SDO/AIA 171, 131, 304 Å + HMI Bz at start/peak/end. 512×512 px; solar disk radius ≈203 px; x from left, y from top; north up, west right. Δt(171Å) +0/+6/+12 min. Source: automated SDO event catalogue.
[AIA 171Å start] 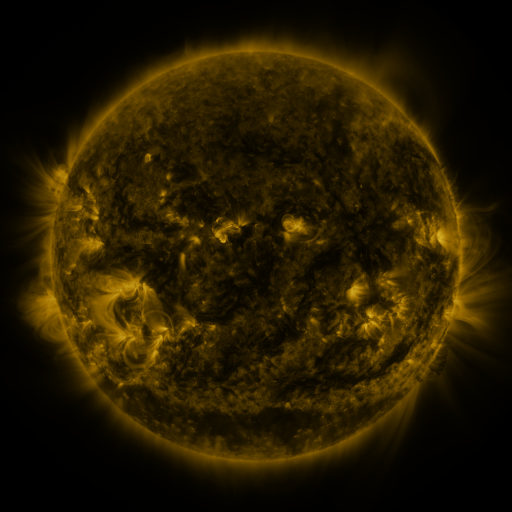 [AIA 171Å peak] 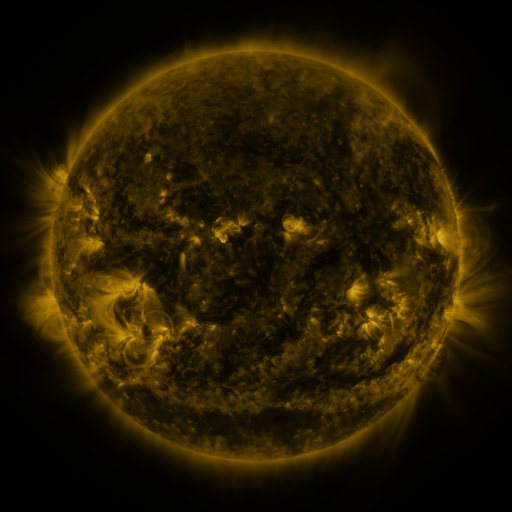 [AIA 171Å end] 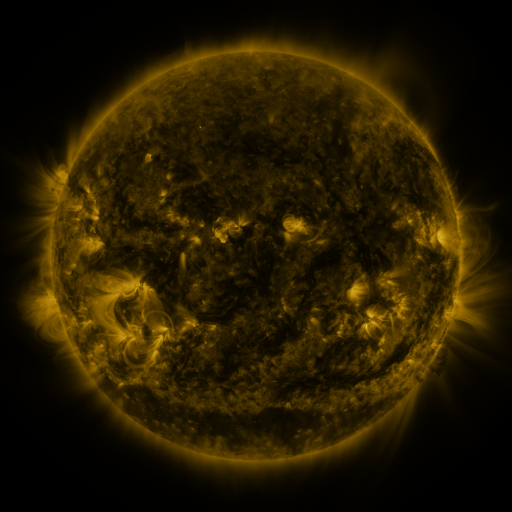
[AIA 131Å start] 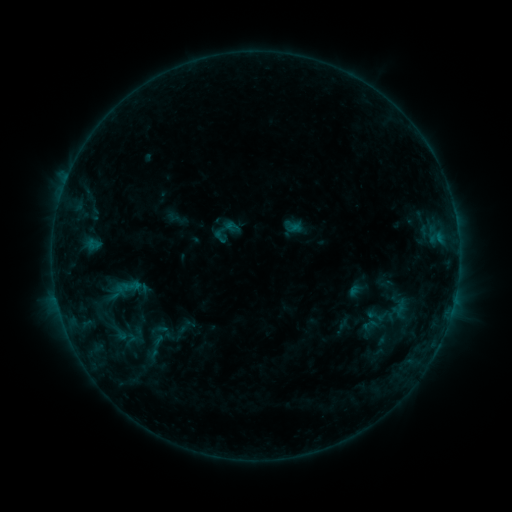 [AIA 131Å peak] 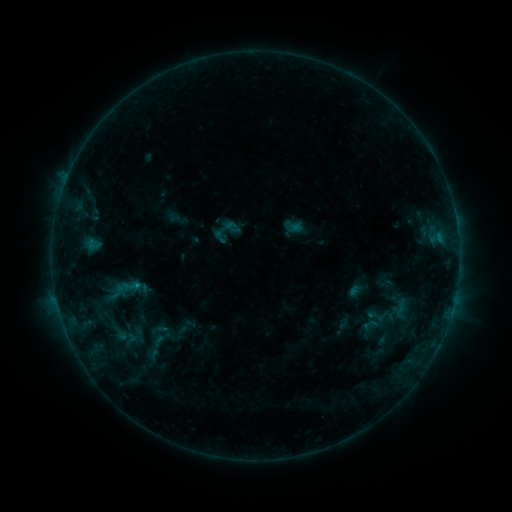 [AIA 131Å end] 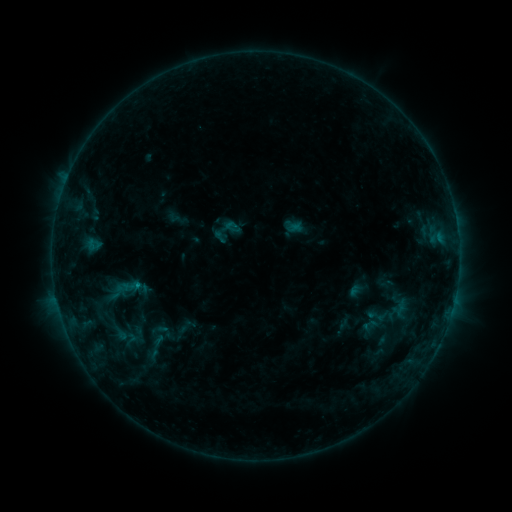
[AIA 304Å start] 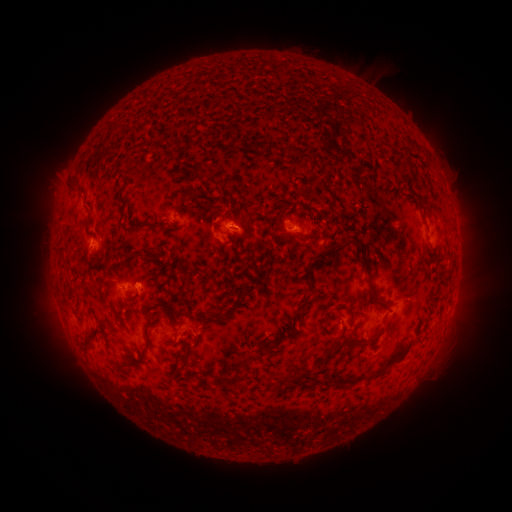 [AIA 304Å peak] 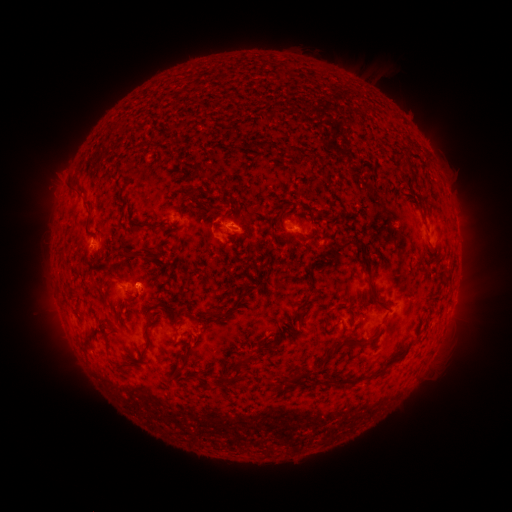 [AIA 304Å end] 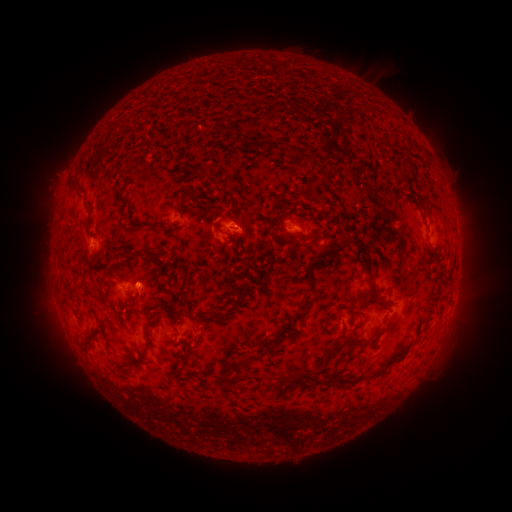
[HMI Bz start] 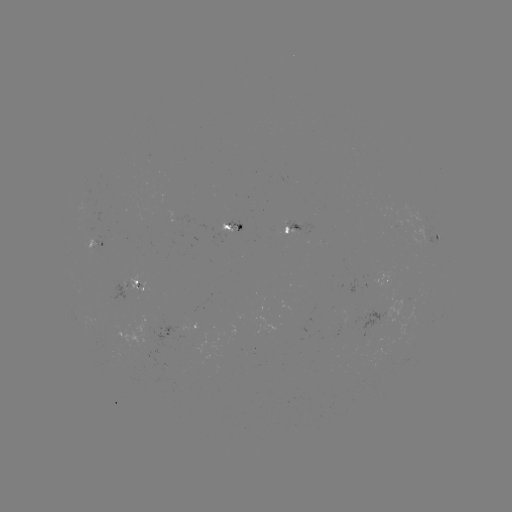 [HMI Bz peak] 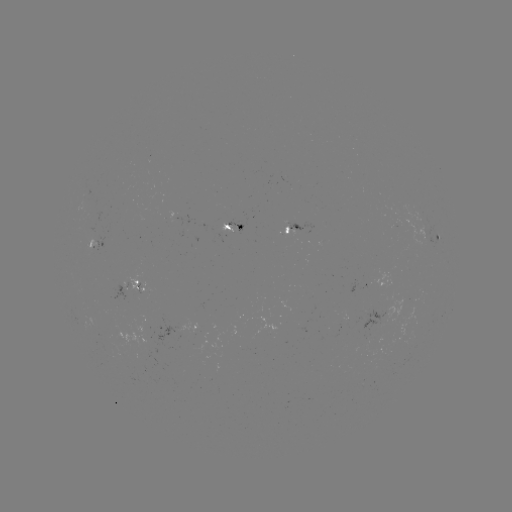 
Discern B6.6 flare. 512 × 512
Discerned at [139, 282].